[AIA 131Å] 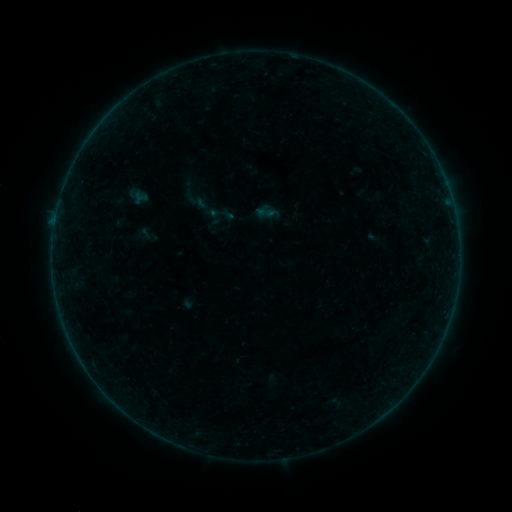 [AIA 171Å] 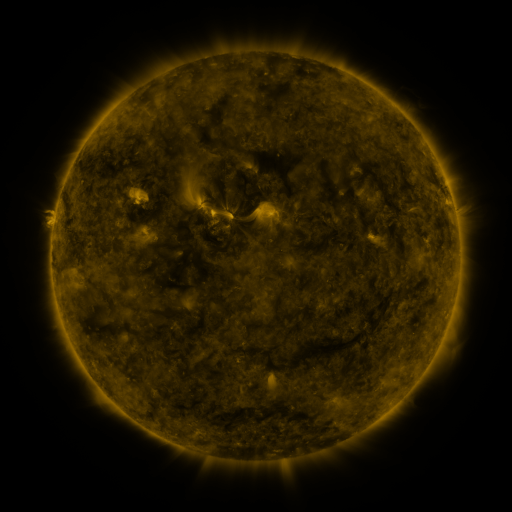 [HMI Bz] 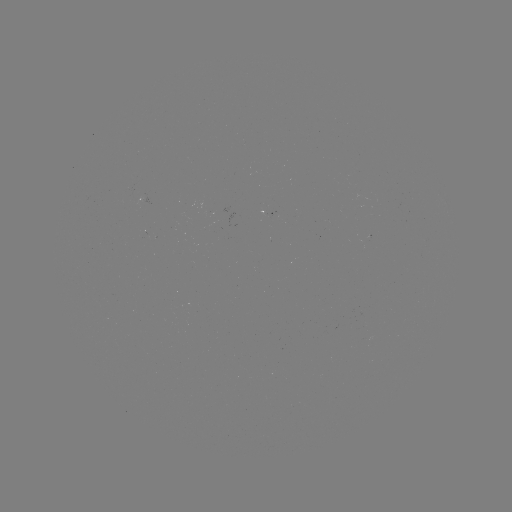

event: sigmoid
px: (144, 234)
